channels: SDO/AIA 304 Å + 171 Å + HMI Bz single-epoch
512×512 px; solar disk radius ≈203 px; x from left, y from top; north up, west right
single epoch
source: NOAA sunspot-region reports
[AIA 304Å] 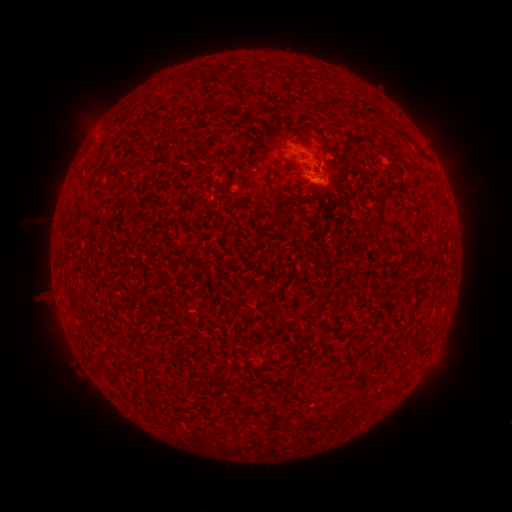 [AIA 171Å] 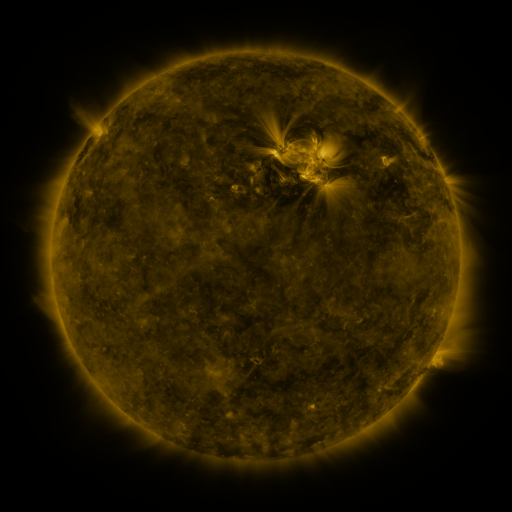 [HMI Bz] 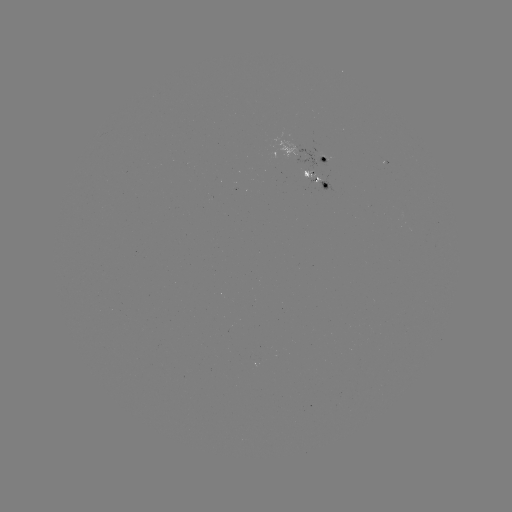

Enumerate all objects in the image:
spotted active region: (325, 157)
spotted active region: (319, 176)
